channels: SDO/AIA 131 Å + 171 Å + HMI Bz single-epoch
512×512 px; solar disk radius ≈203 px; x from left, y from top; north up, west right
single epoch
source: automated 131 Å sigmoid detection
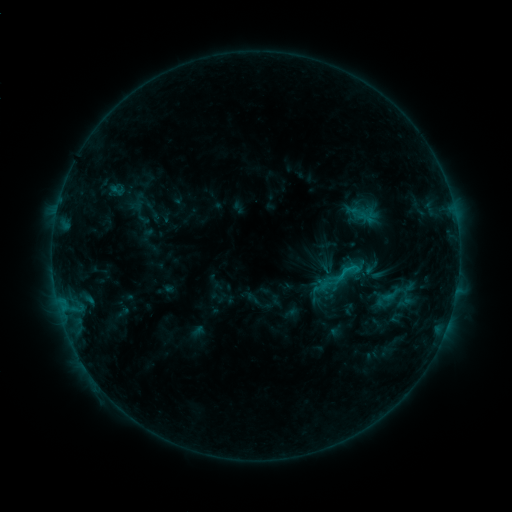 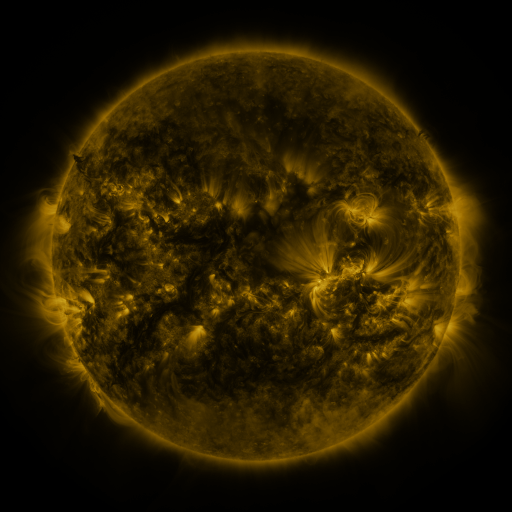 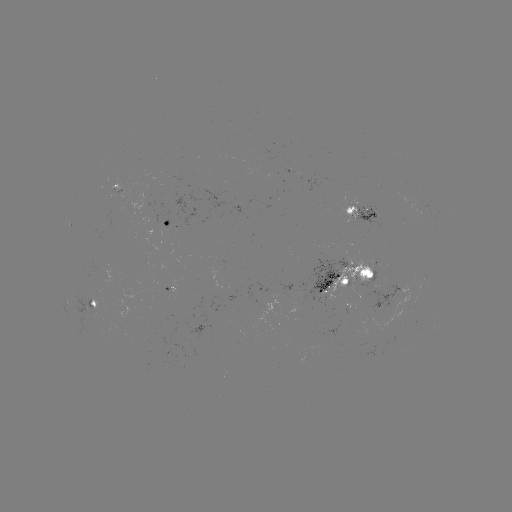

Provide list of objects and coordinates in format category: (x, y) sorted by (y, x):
sigmoid: (345, 274)
